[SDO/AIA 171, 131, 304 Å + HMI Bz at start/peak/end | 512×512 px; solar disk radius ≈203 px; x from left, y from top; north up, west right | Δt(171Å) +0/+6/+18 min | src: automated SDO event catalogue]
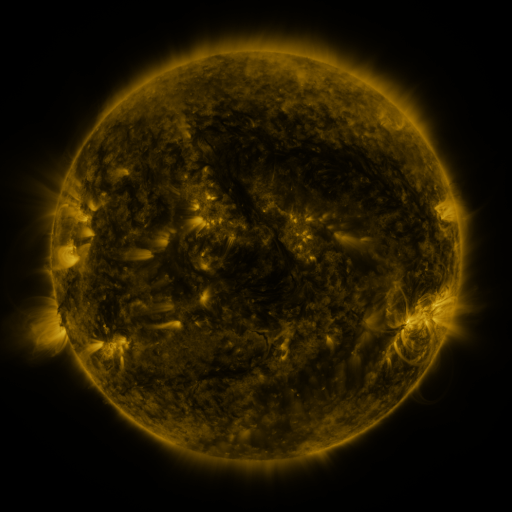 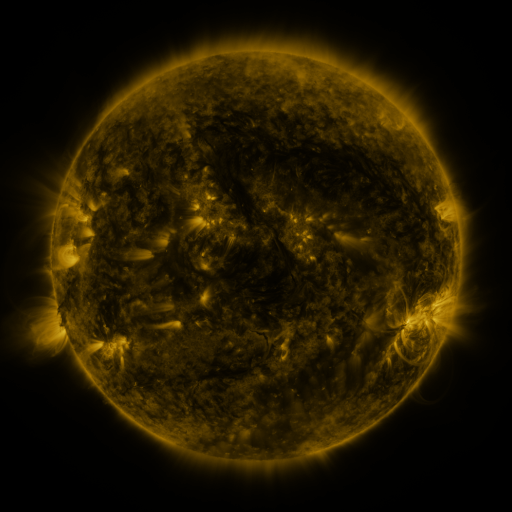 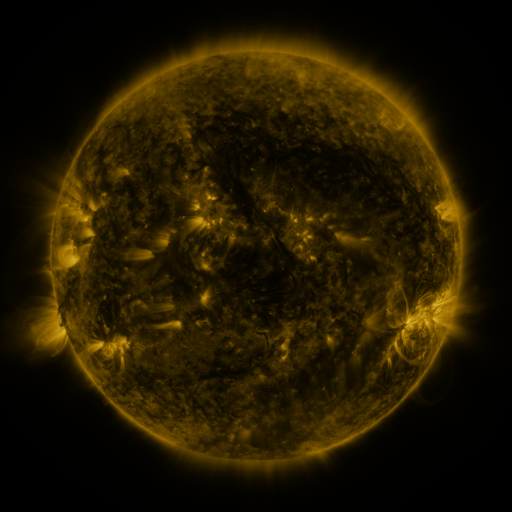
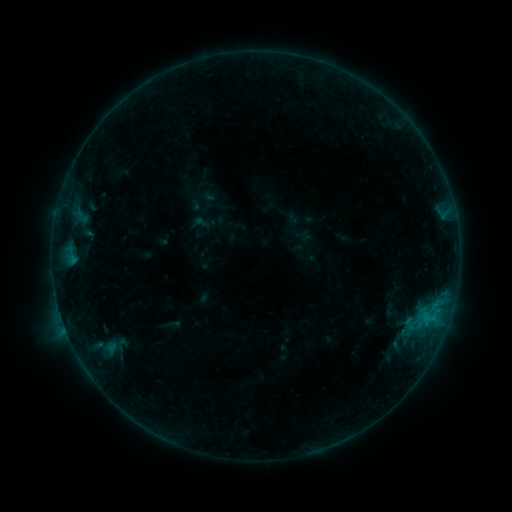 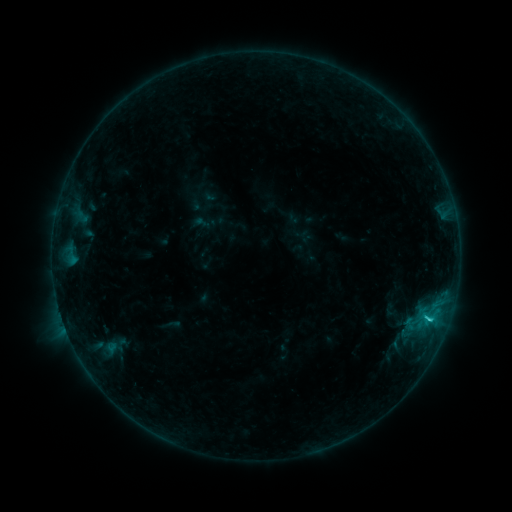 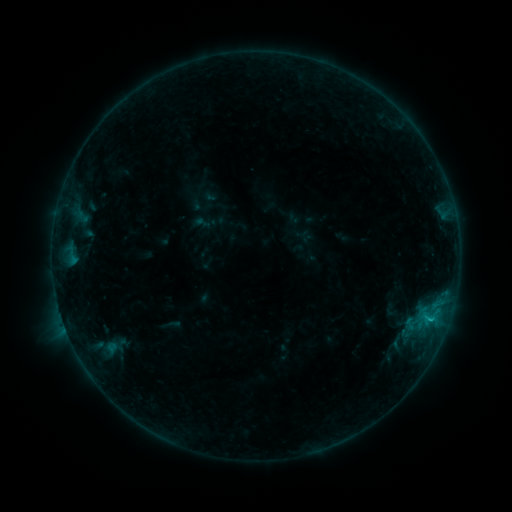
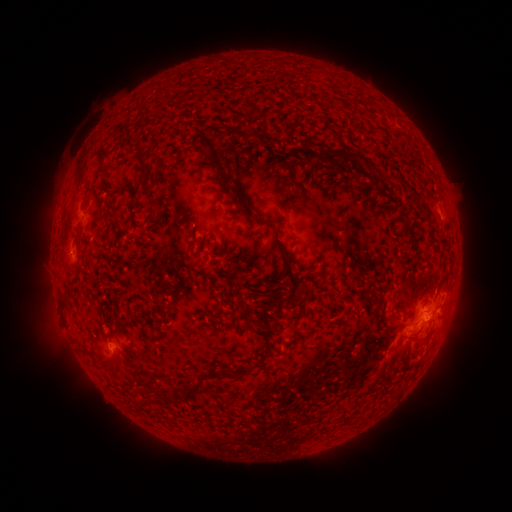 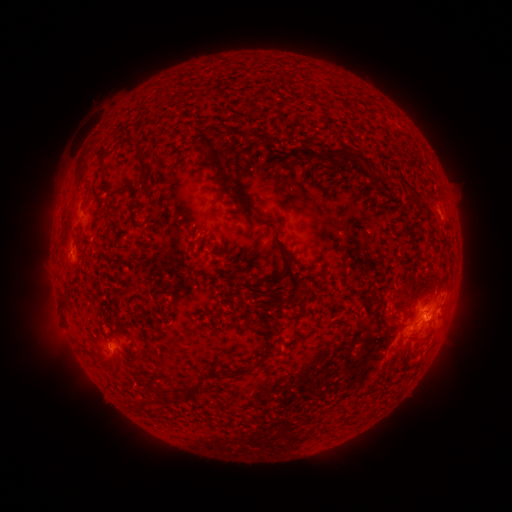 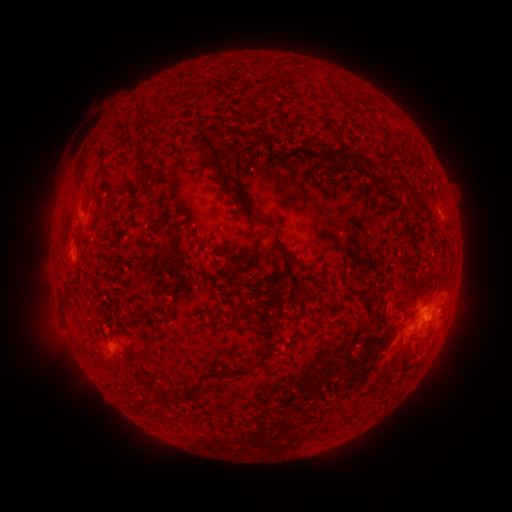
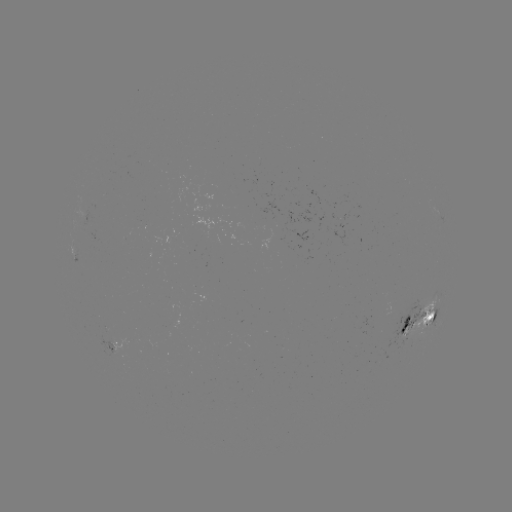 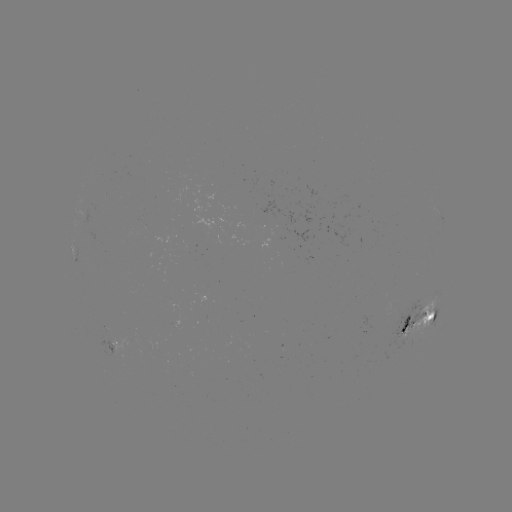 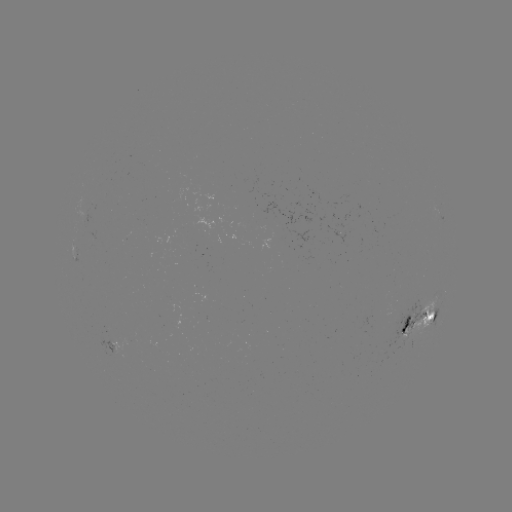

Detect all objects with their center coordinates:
C1.2 flare: (428, 316)
